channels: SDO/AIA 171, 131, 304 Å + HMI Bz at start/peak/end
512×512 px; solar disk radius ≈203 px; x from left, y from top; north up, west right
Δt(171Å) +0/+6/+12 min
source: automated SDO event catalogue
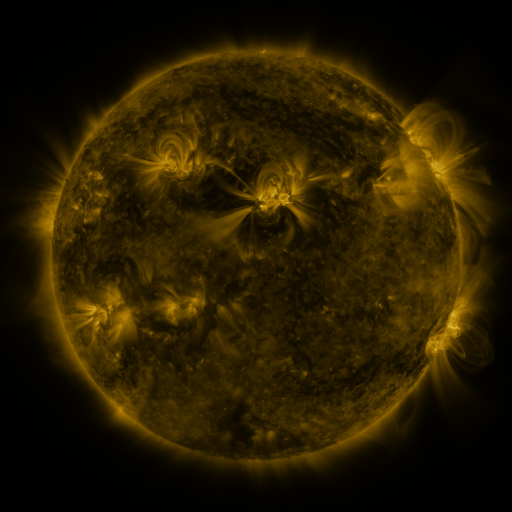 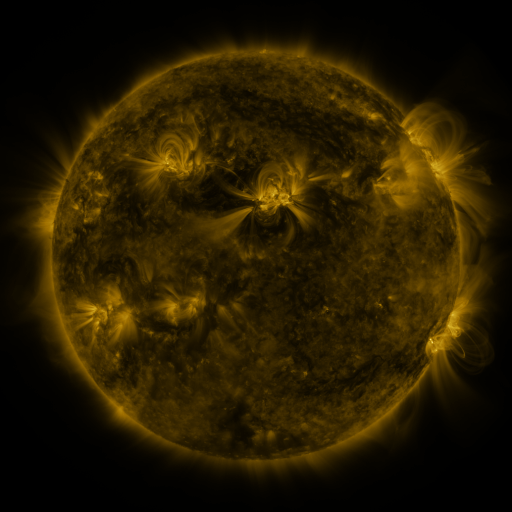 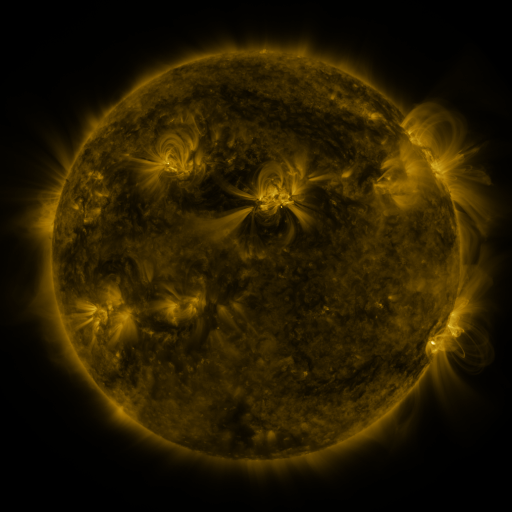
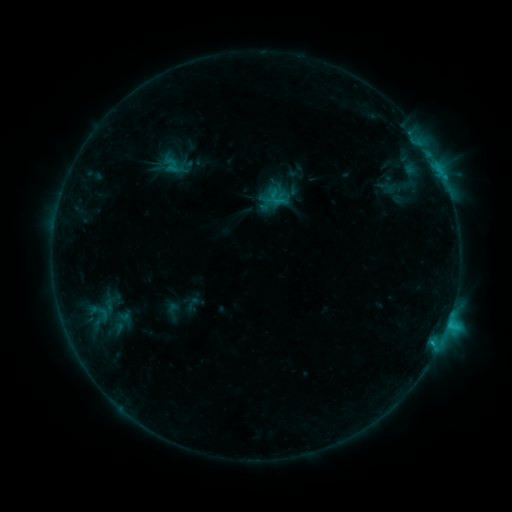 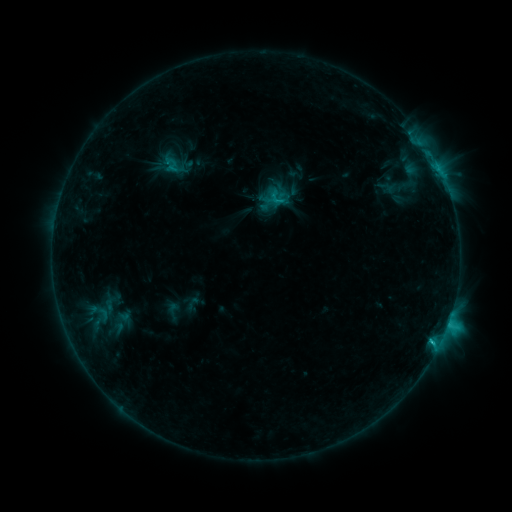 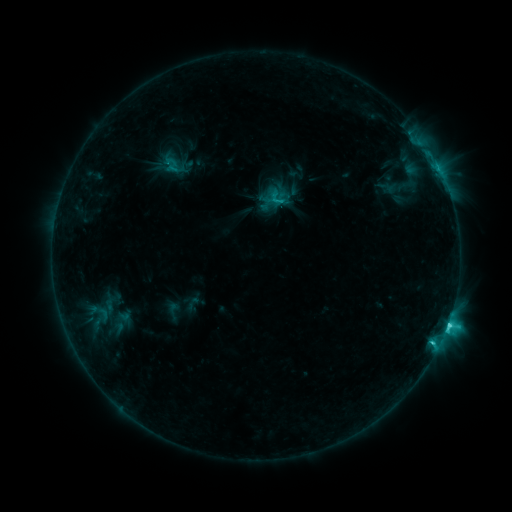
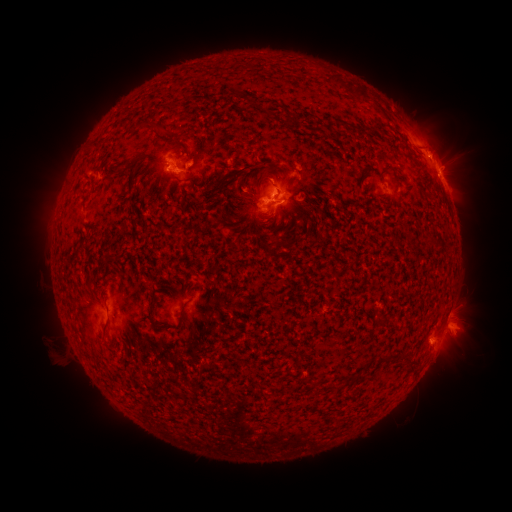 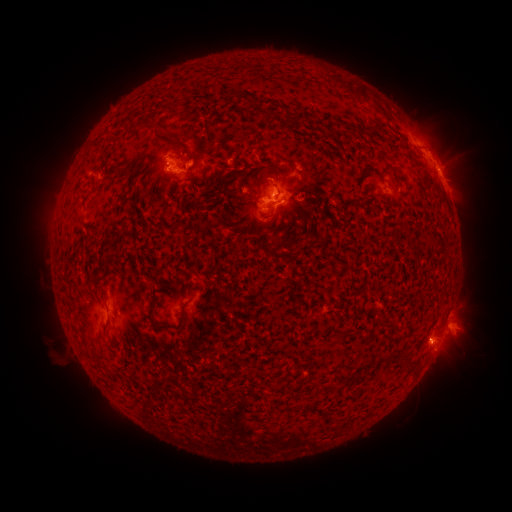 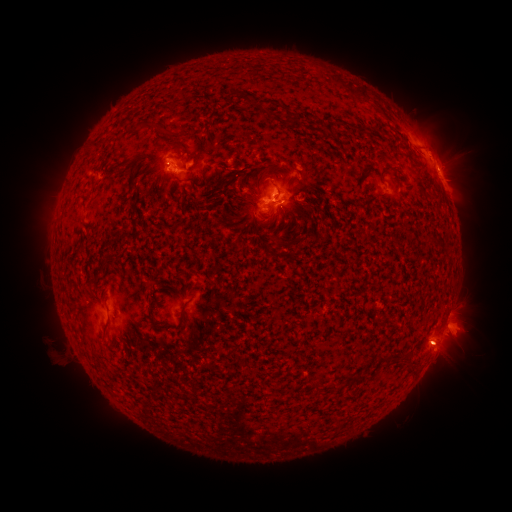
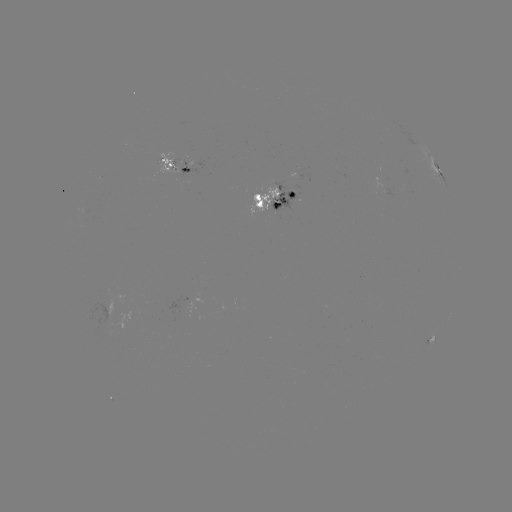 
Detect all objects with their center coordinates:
eruption: (440, 353)
